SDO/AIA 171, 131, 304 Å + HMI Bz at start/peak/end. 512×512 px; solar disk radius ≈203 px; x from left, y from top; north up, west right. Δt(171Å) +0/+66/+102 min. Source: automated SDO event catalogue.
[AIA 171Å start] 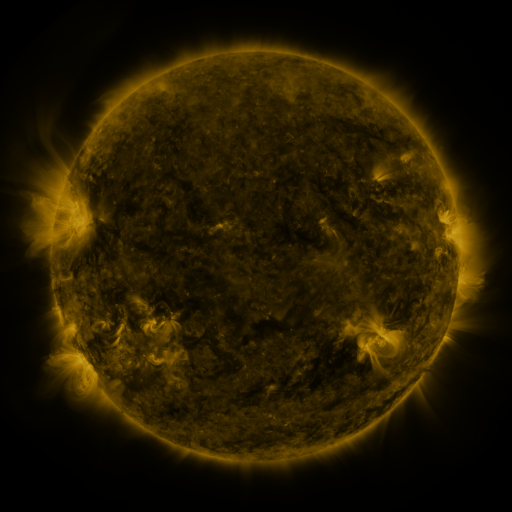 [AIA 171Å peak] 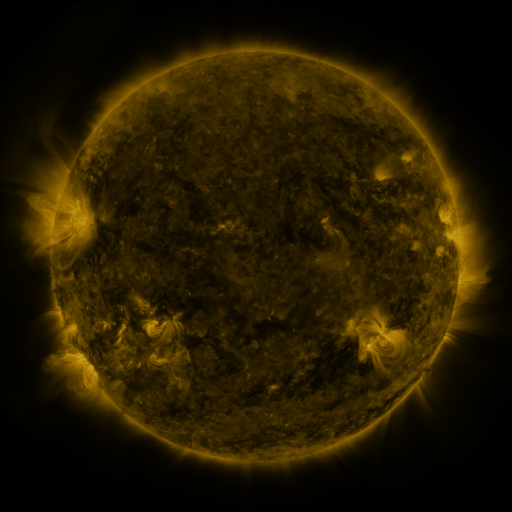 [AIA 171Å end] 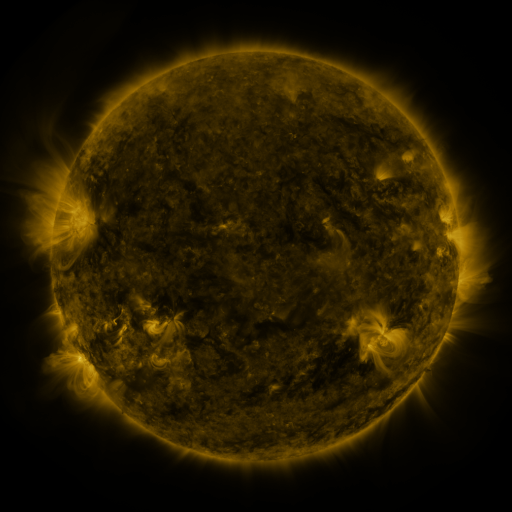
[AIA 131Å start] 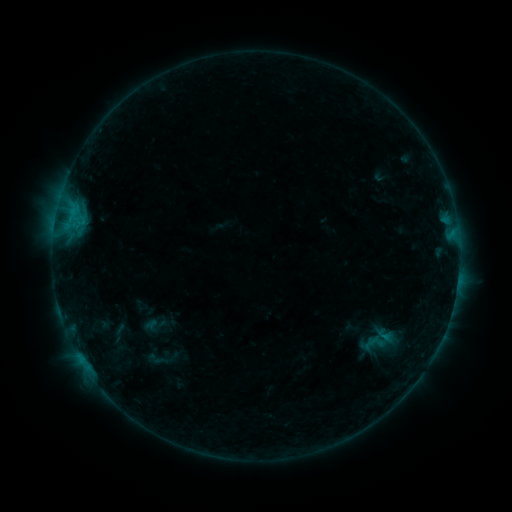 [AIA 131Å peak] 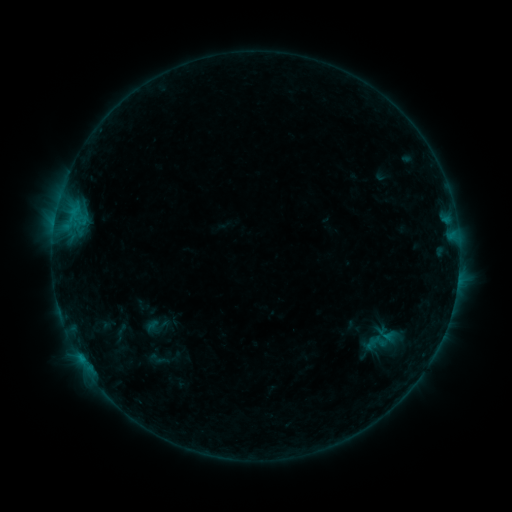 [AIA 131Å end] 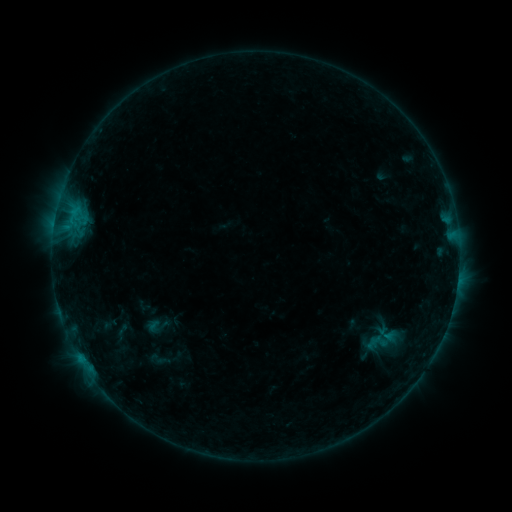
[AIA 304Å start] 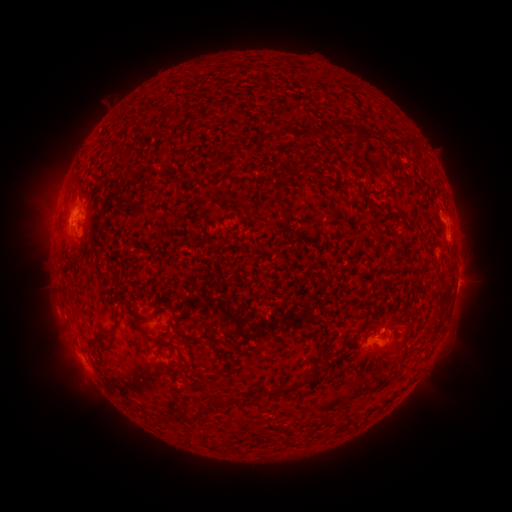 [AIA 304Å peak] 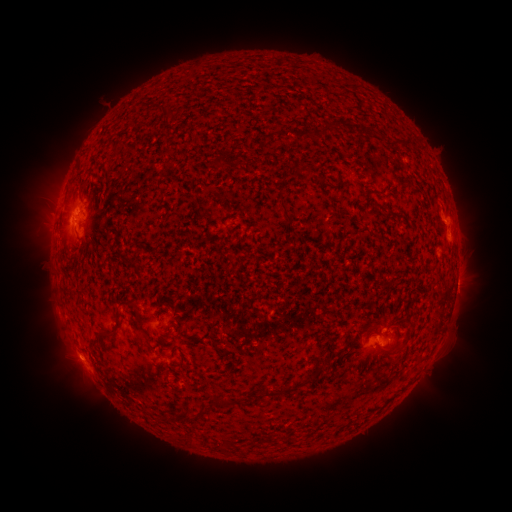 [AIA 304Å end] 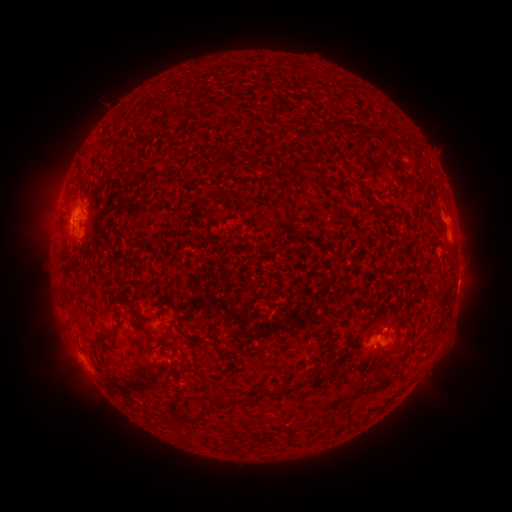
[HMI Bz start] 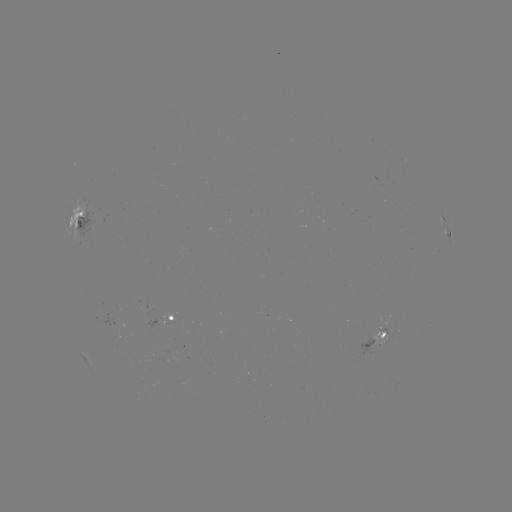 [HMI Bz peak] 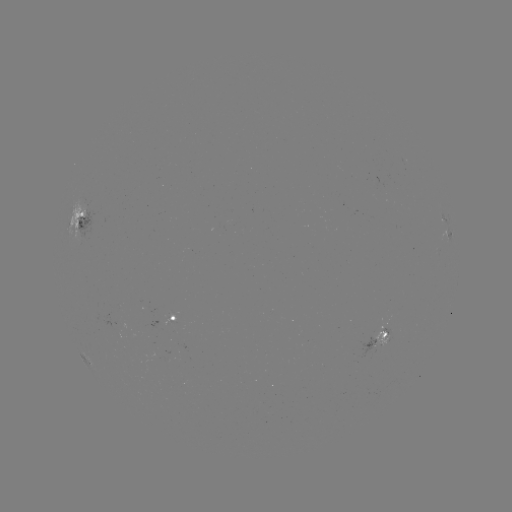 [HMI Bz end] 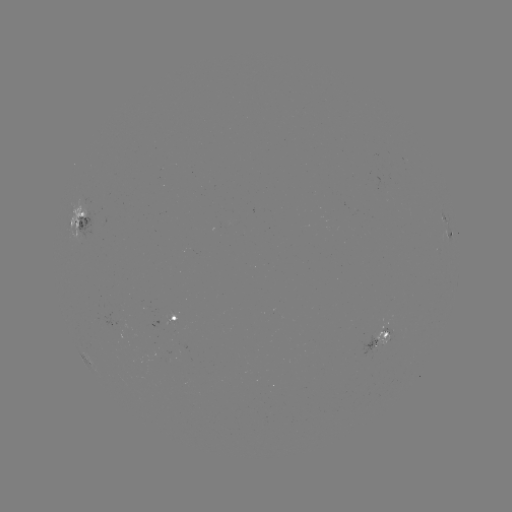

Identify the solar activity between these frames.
emerging-flux region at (172, 355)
